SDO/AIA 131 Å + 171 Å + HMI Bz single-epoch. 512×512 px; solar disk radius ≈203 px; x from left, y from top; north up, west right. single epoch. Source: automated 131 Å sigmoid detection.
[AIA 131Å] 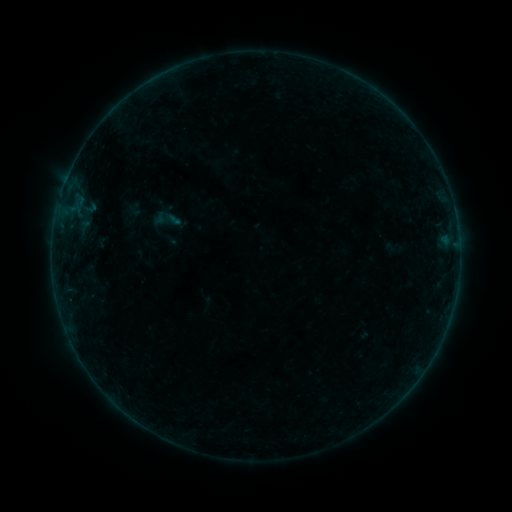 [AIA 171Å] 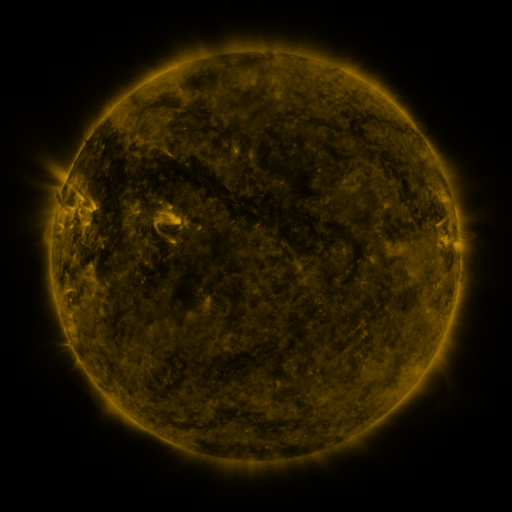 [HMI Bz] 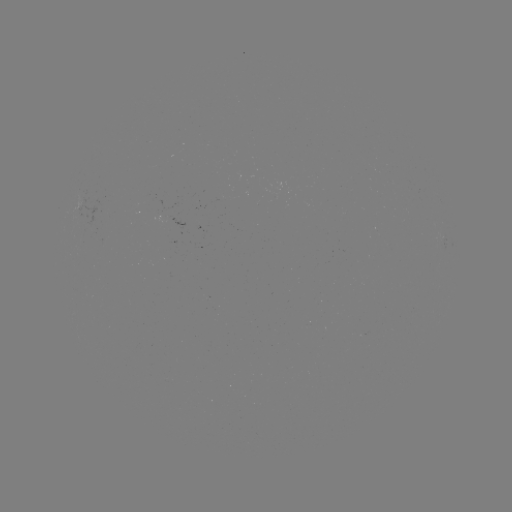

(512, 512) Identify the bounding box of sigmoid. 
[153, 204, 181, 234].